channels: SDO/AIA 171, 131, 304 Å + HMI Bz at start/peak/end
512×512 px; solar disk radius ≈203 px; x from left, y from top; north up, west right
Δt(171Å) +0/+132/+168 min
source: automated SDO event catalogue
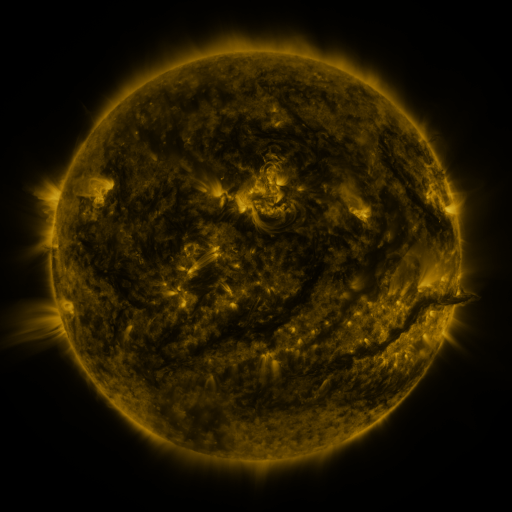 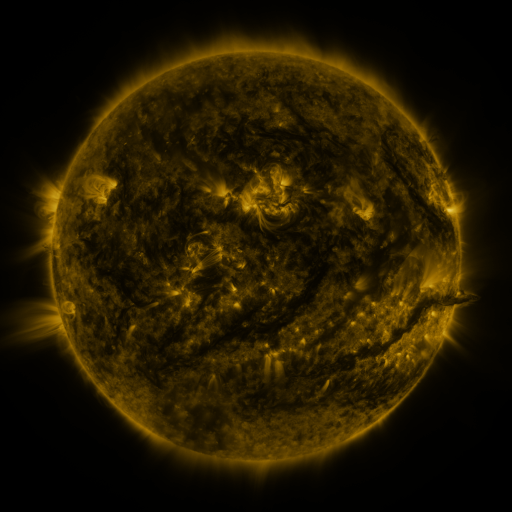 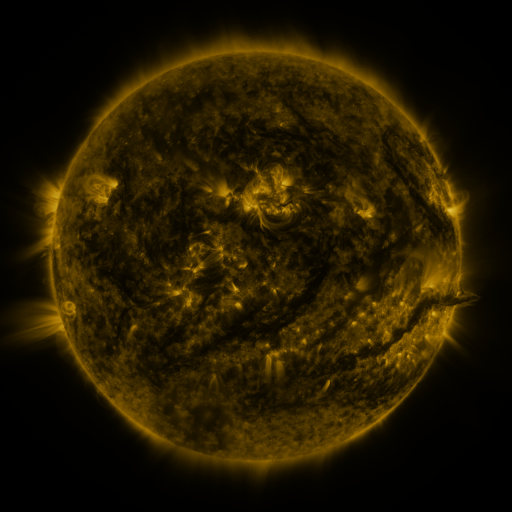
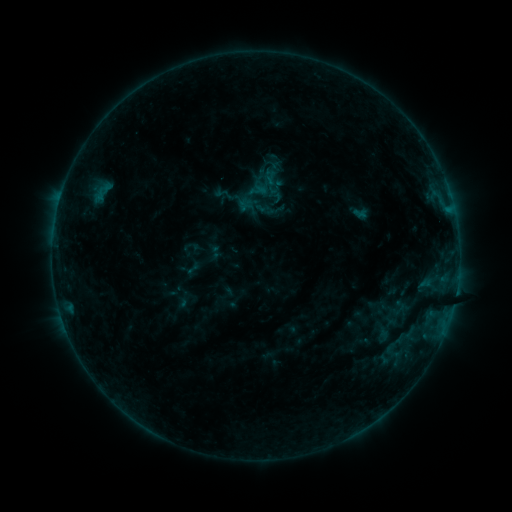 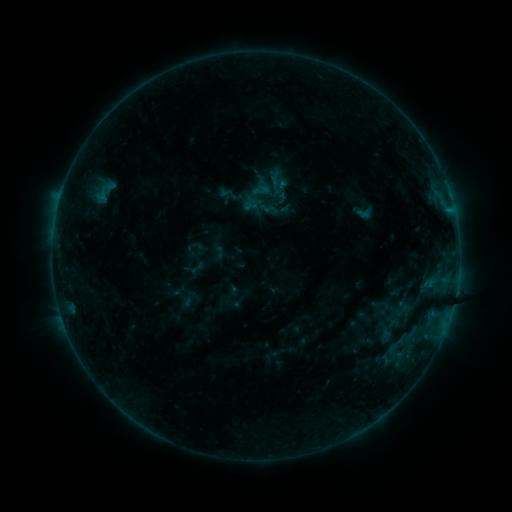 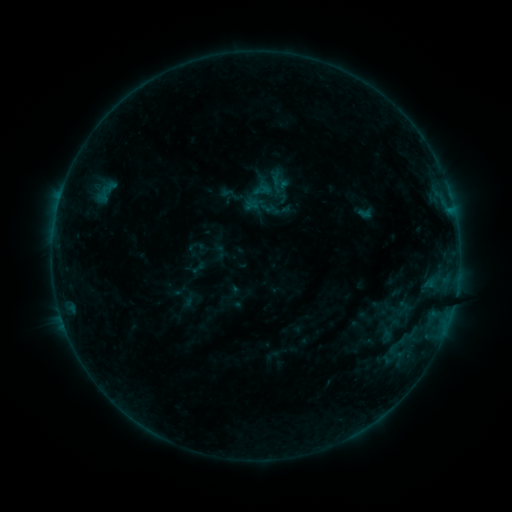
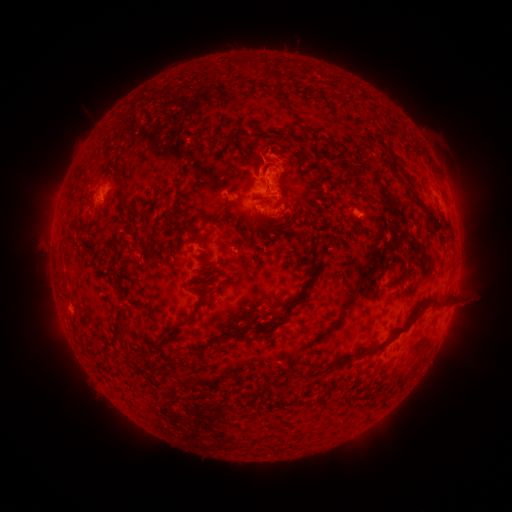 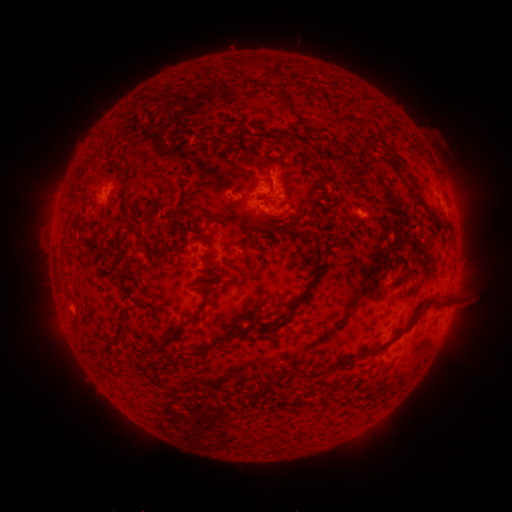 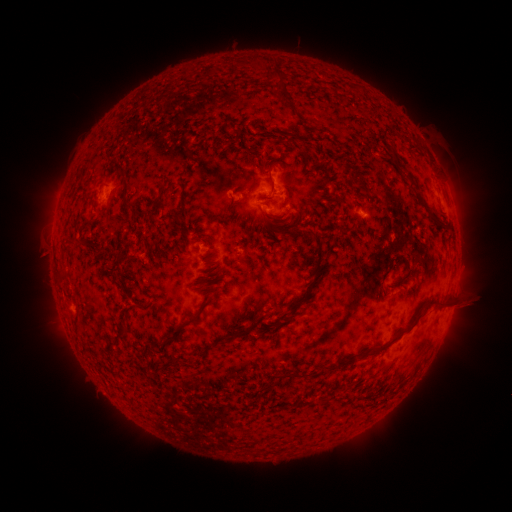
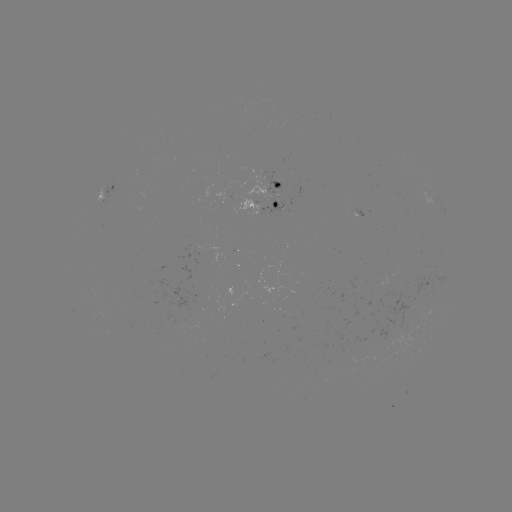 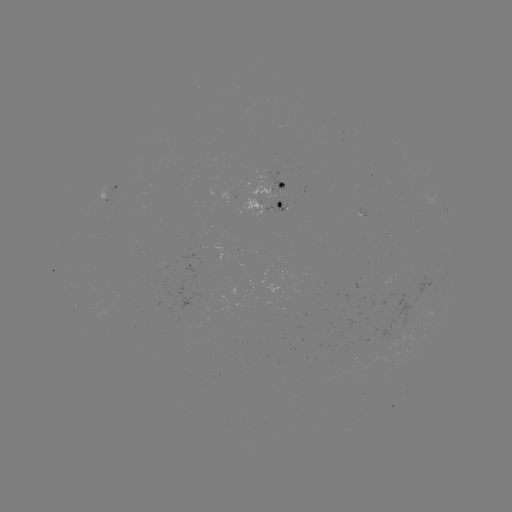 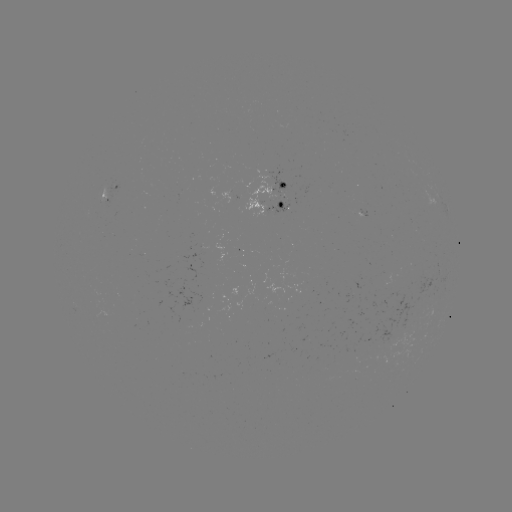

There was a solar emerging-flux region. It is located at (261, 206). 